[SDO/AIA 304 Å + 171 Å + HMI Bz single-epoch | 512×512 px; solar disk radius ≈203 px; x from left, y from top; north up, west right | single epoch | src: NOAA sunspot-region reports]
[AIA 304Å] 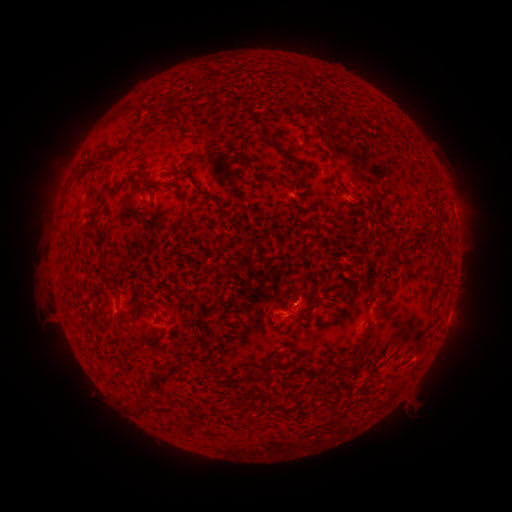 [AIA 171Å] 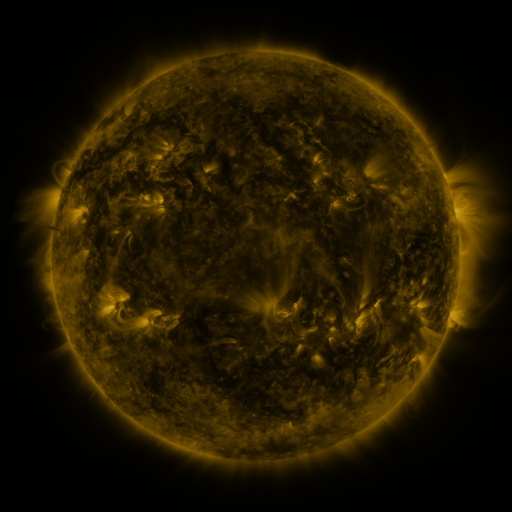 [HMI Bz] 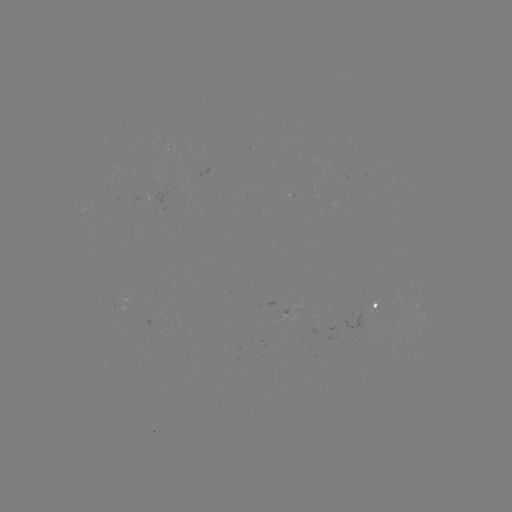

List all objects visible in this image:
spotted active region: (454, 214)
spotted active region: (377, 304)
